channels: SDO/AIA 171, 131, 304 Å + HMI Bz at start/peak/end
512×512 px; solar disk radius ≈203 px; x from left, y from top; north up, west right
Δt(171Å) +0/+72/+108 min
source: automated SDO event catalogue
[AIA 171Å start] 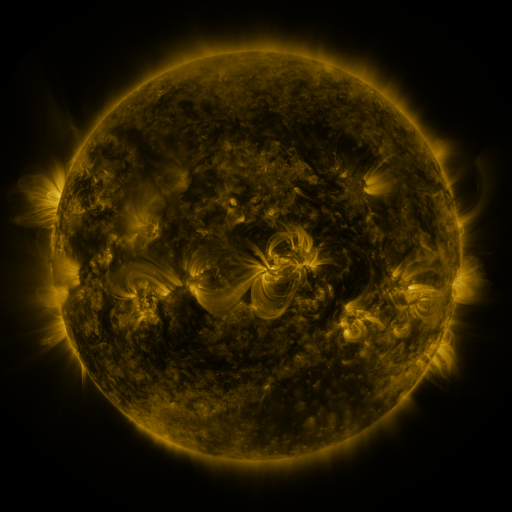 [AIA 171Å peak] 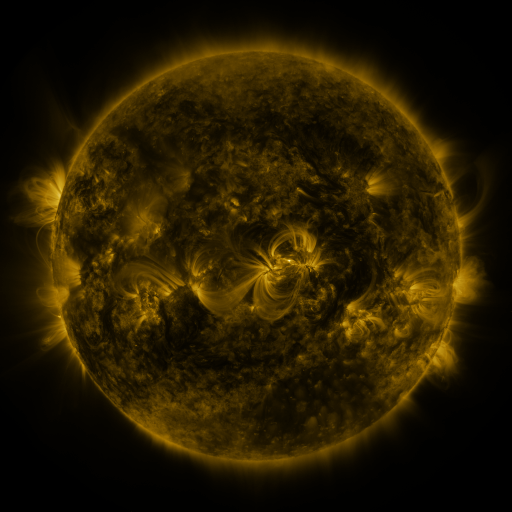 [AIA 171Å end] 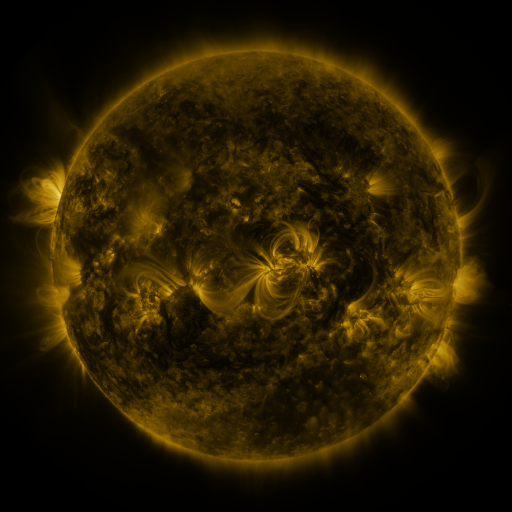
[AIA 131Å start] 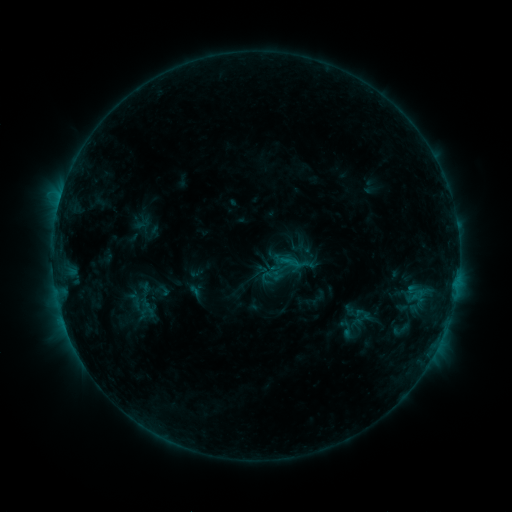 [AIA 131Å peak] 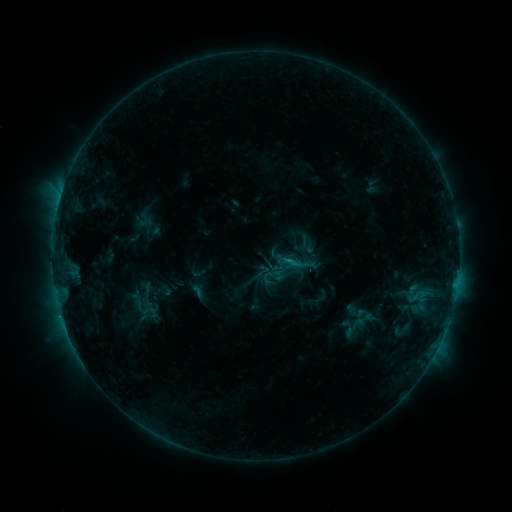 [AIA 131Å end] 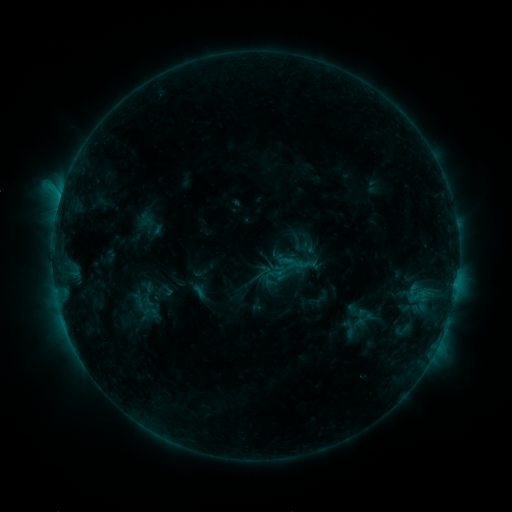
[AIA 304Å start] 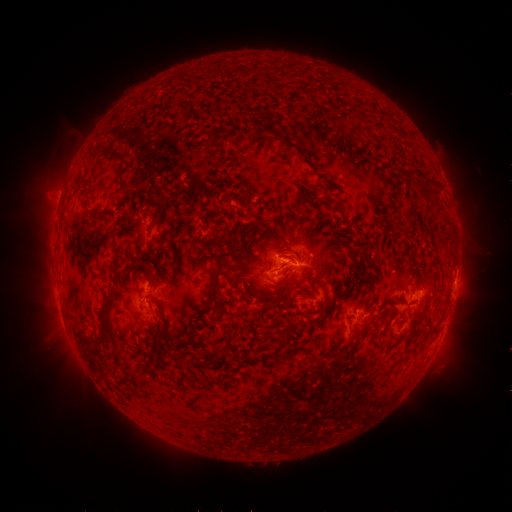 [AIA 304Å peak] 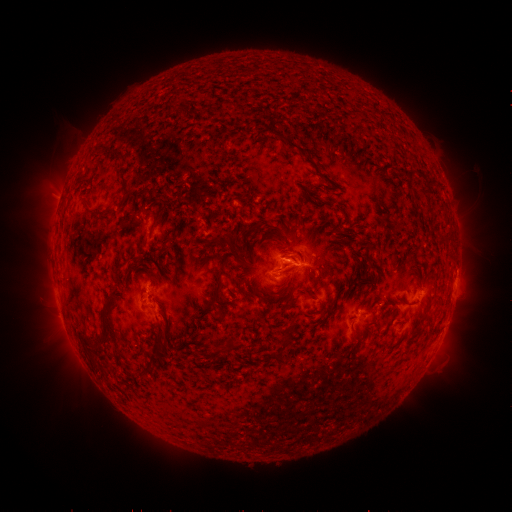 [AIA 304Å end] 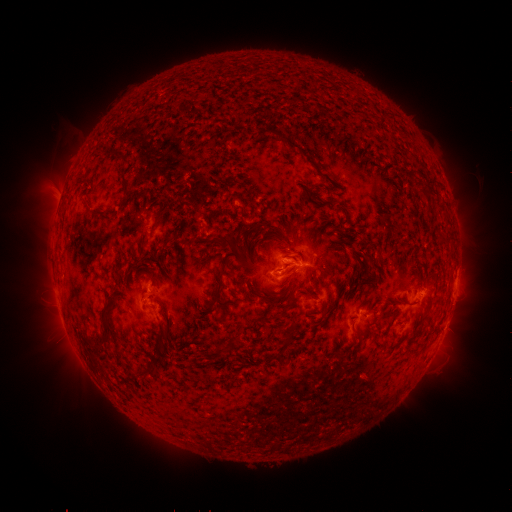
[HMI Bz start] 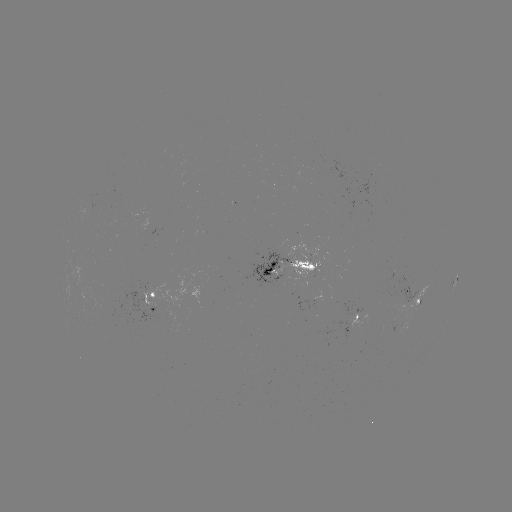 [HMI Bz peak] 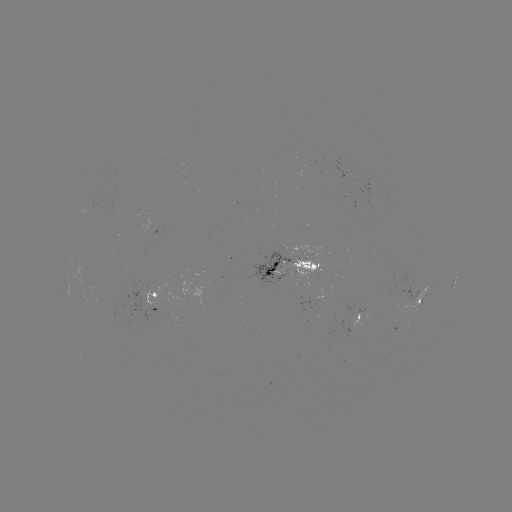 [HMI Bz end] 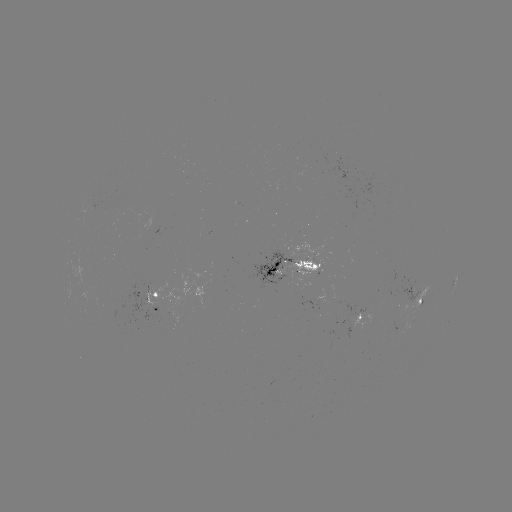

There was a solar emerging-flux region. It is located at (93, 208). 